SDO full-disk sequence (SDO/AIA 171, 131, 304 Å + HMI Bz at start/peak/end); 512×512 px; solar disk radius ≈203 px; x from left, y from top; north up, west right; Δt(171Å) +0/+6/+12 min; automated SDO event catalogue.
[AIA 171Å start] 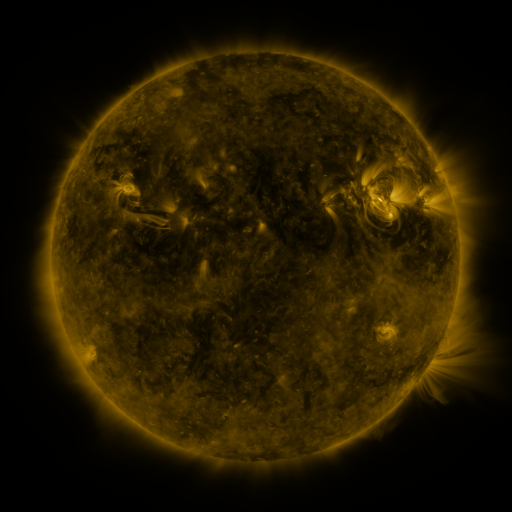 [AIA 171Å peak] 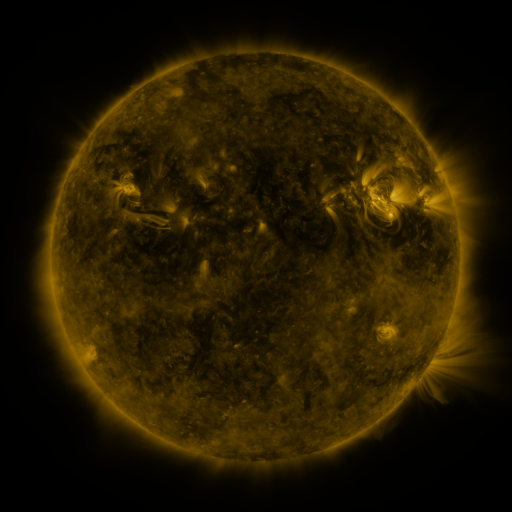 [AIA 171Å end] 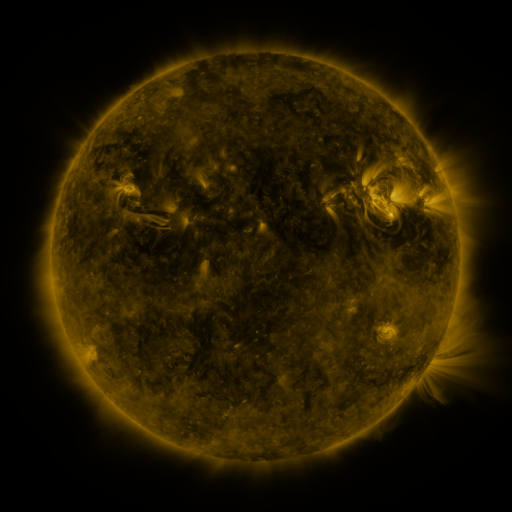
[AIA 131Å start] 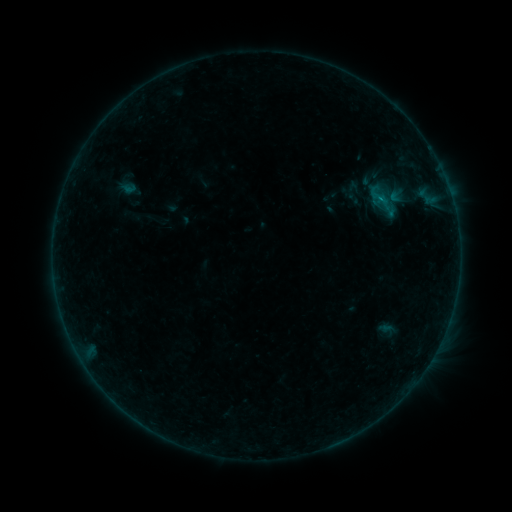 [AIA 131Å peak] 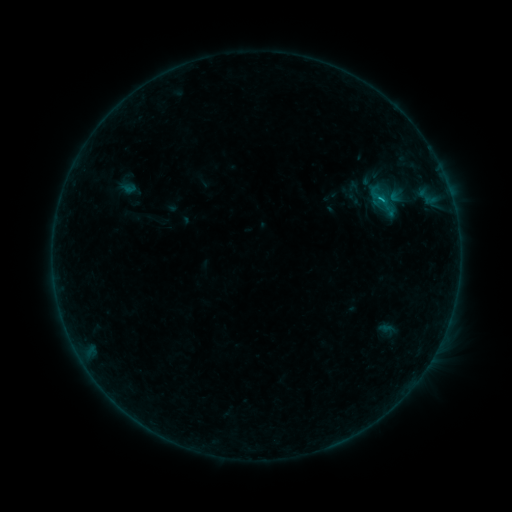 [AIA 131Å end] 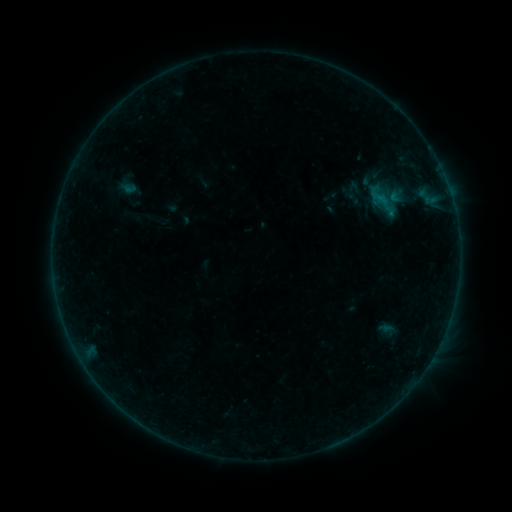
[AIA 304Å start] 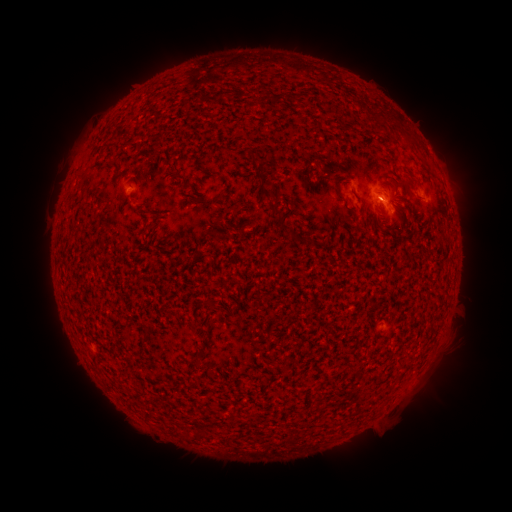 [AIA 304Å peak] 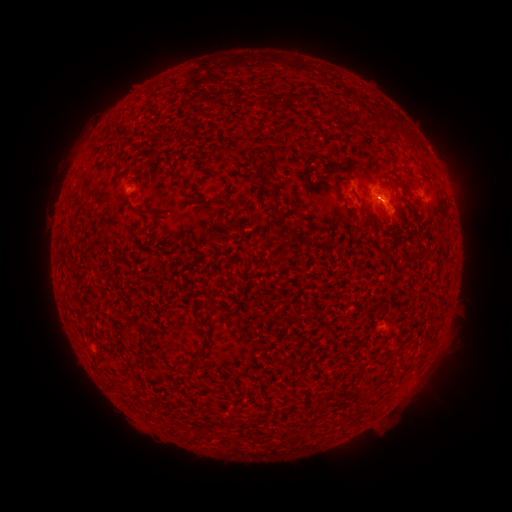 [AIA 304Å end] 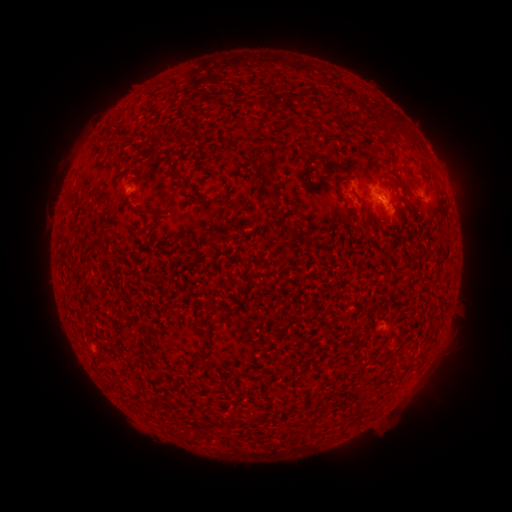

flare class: B3.6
